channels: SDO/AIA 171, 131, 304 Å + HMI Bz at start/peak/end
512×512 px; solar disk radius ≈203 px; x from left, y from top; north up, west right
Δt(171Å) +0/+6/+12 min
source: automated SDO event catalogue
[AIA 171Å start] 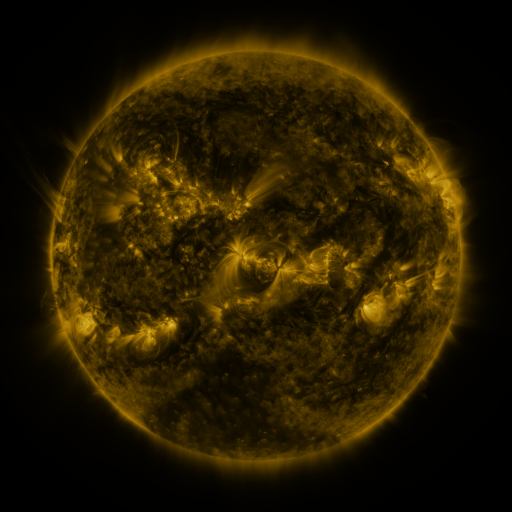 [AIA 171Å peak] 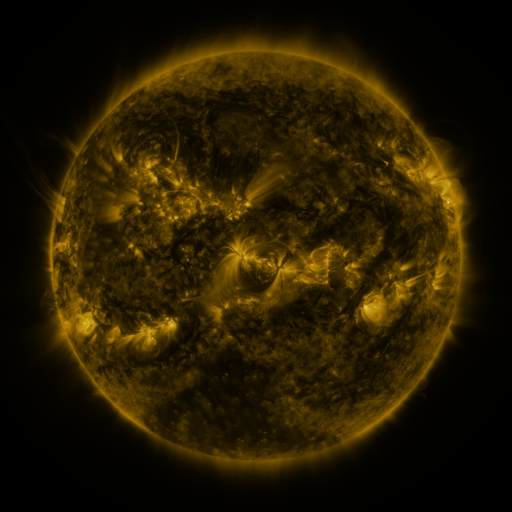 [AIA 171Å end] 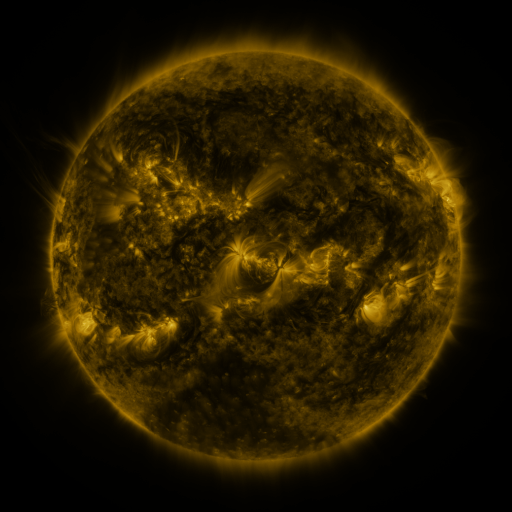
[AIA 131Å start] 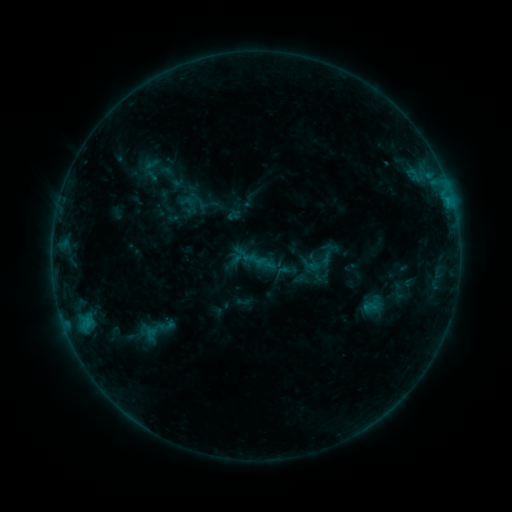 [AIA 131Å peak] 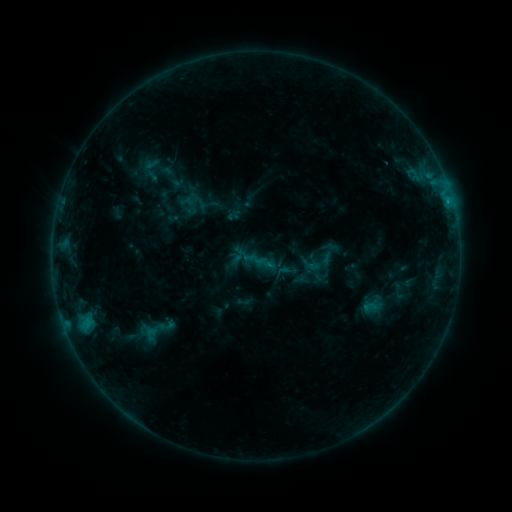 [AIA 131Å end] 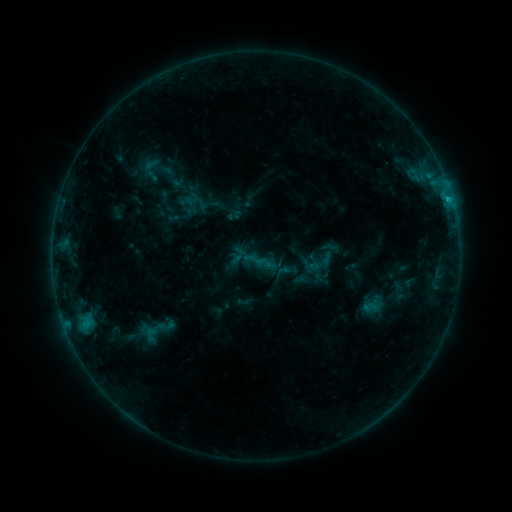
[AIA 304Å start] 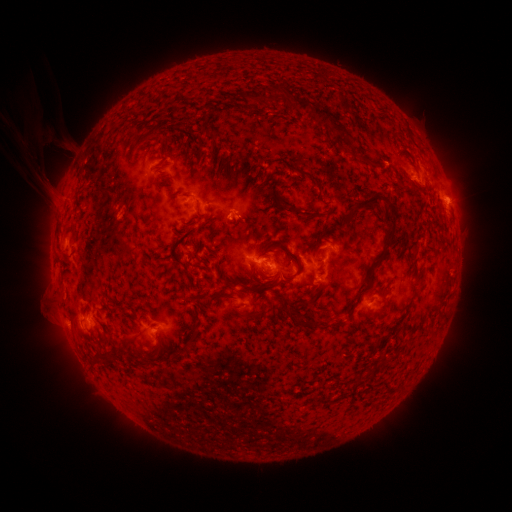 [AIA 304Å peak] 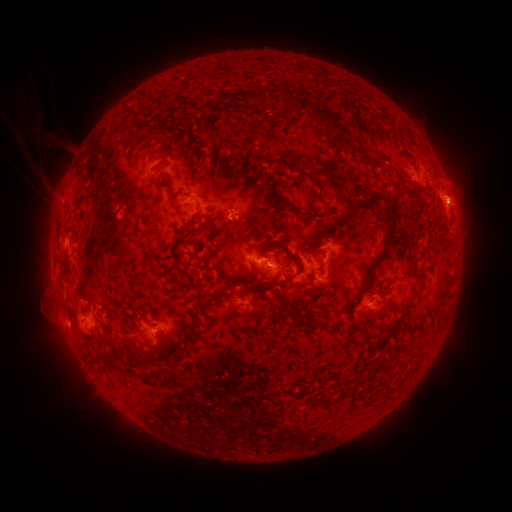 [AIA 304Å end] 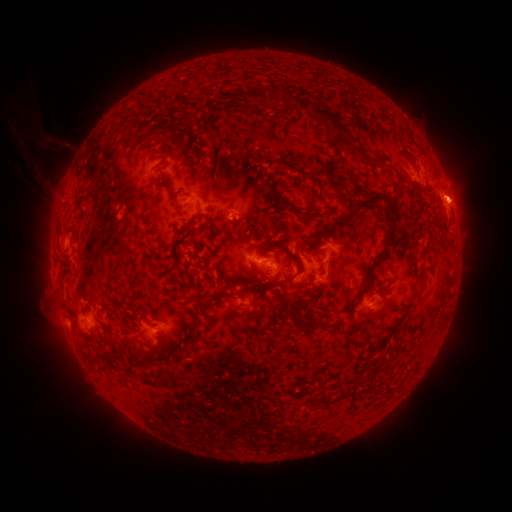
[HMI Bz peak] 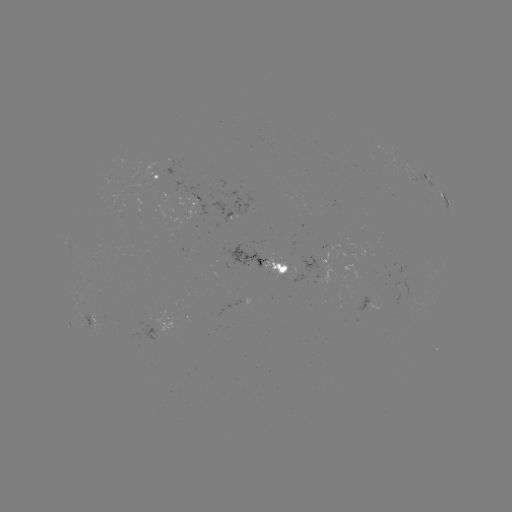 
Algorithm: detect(C1.8 flare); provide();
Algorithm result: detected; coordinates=[447, 201]